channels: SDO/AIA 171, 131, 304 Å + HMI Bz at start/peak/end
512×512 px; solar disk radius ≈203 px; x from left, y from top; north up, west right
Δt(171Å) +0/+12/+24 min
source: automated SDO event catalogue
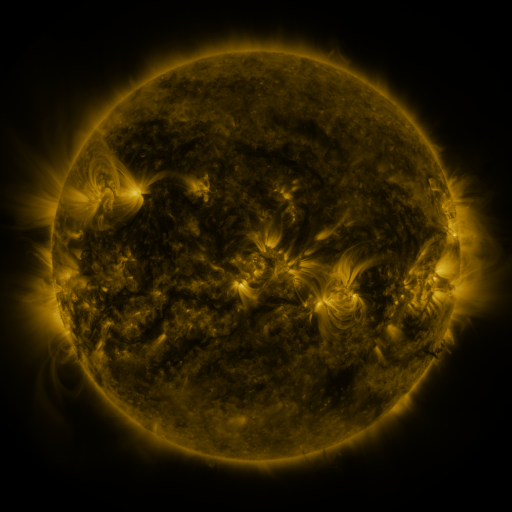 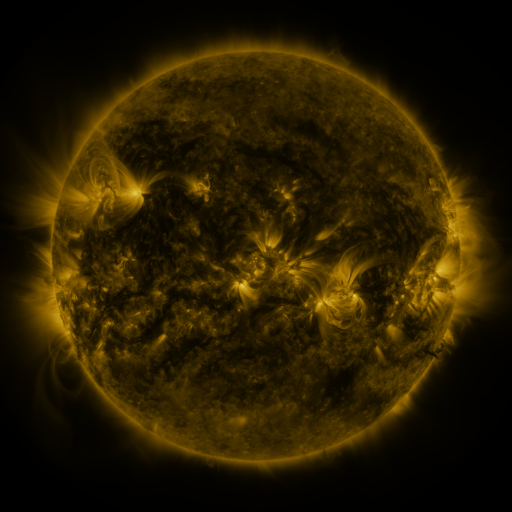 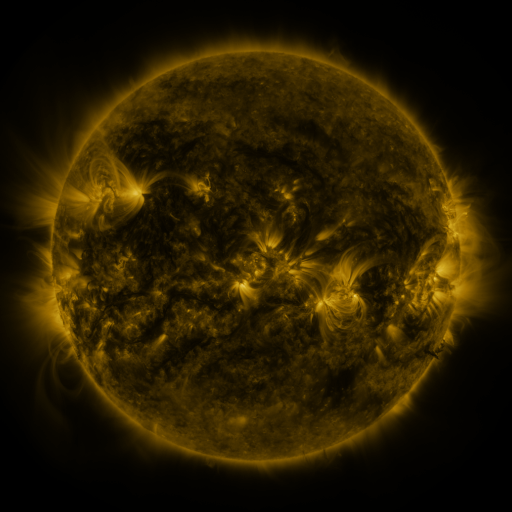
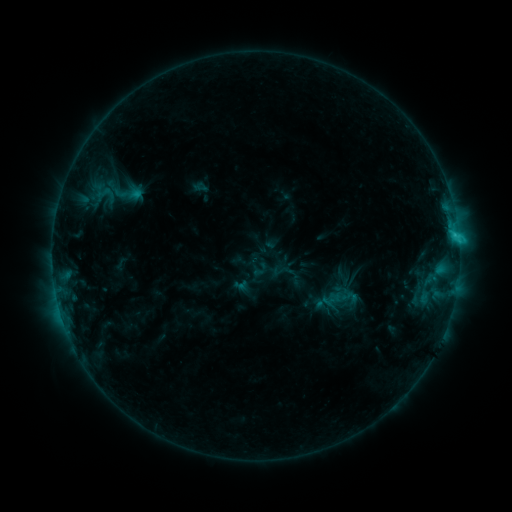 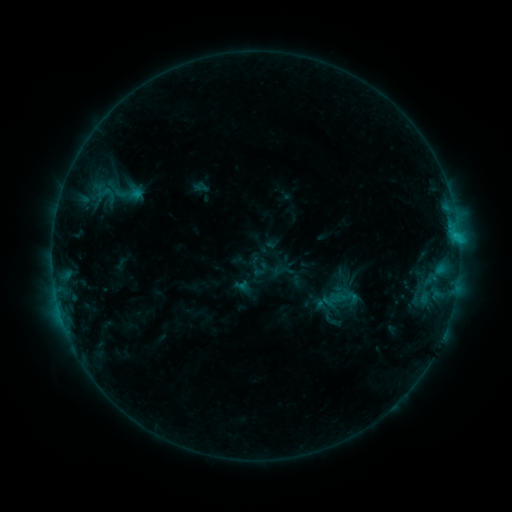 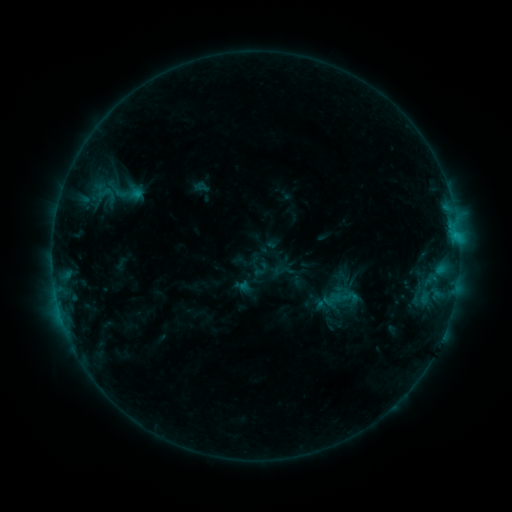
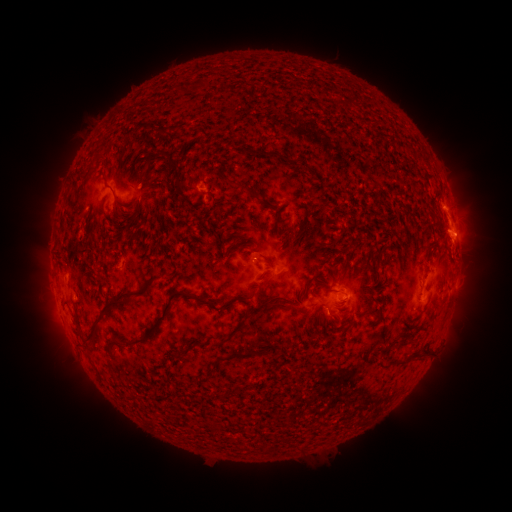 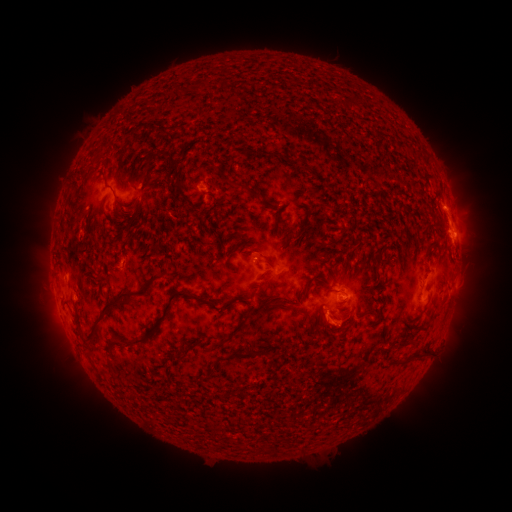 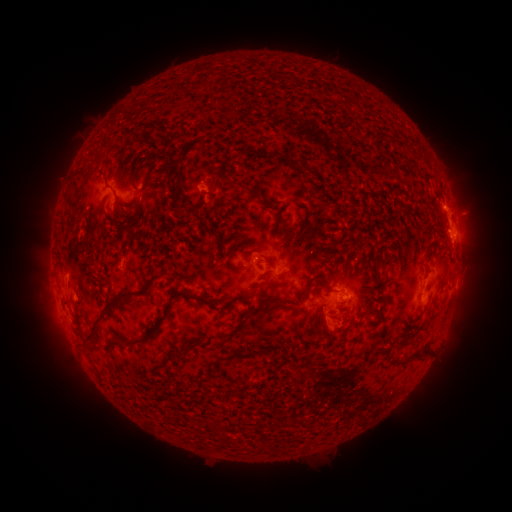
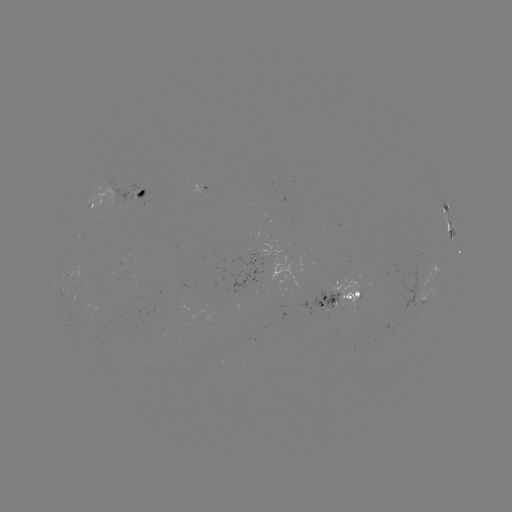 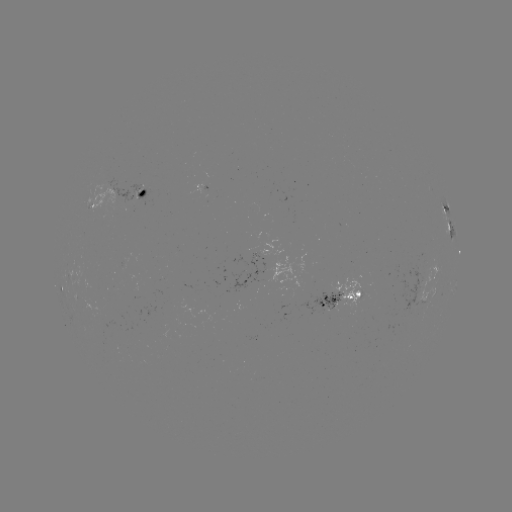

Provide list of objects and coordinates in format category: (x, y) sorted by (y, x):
eruption: (329, 328)
